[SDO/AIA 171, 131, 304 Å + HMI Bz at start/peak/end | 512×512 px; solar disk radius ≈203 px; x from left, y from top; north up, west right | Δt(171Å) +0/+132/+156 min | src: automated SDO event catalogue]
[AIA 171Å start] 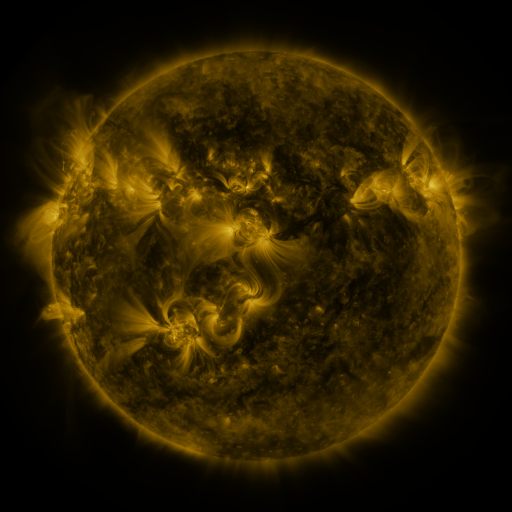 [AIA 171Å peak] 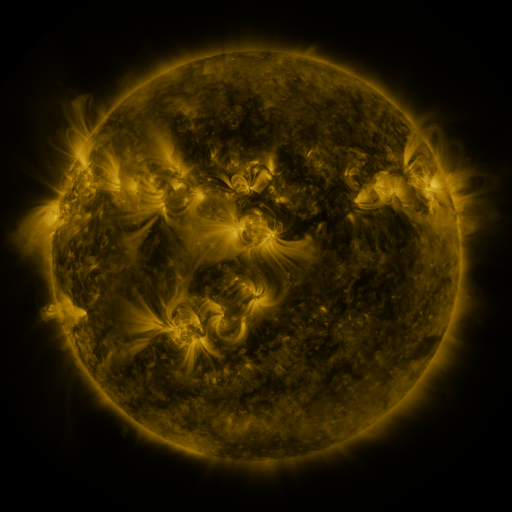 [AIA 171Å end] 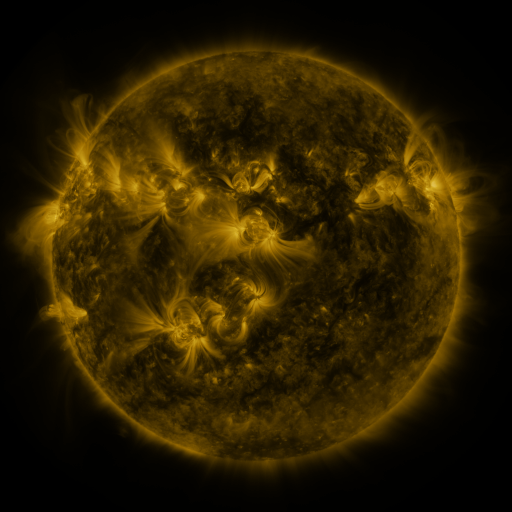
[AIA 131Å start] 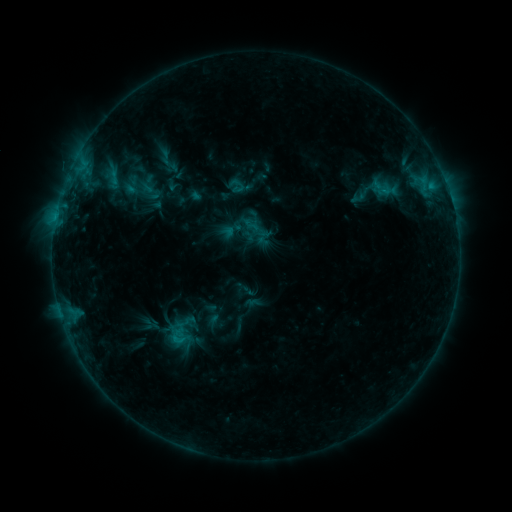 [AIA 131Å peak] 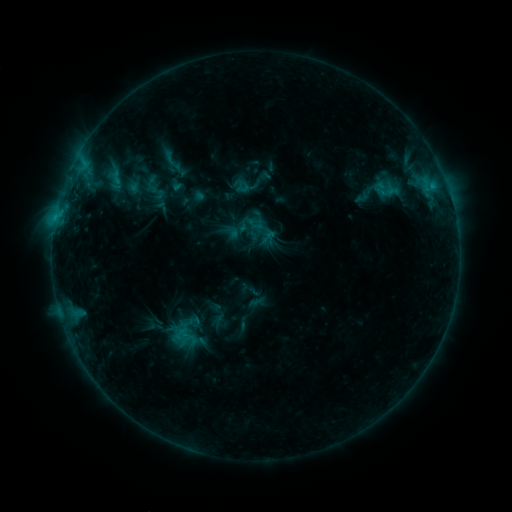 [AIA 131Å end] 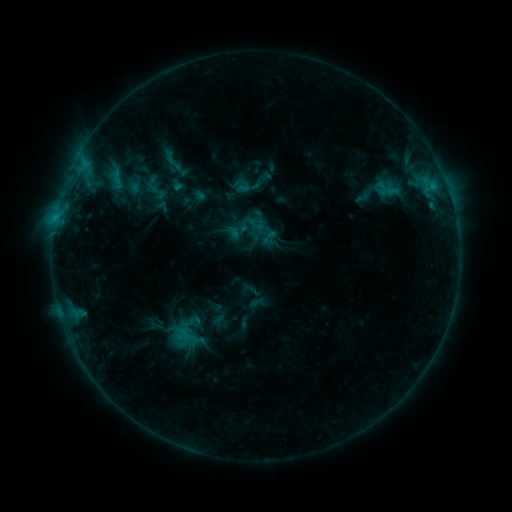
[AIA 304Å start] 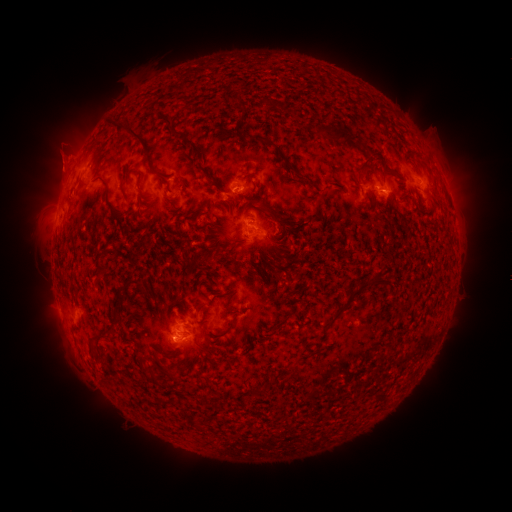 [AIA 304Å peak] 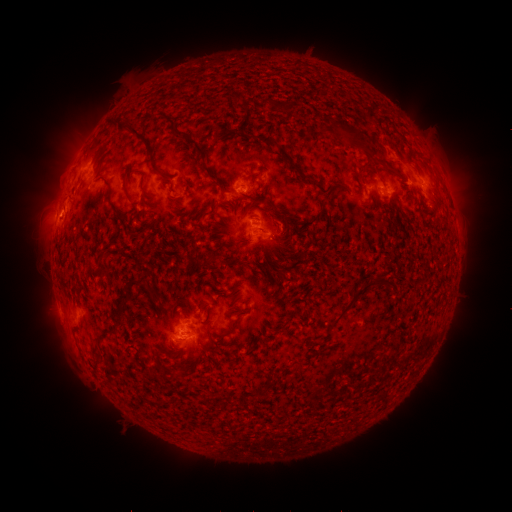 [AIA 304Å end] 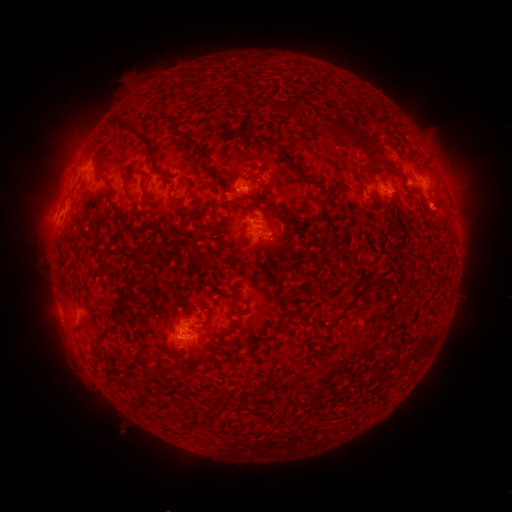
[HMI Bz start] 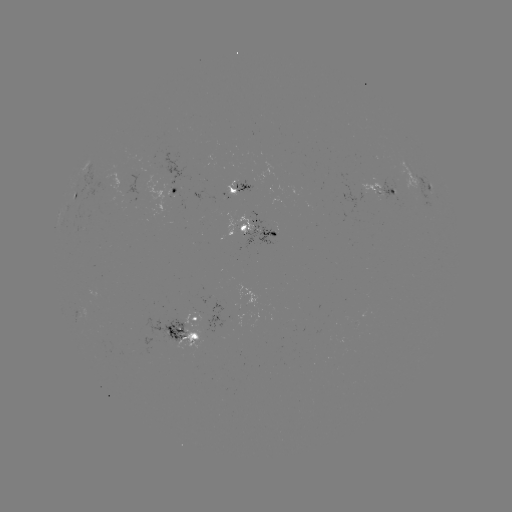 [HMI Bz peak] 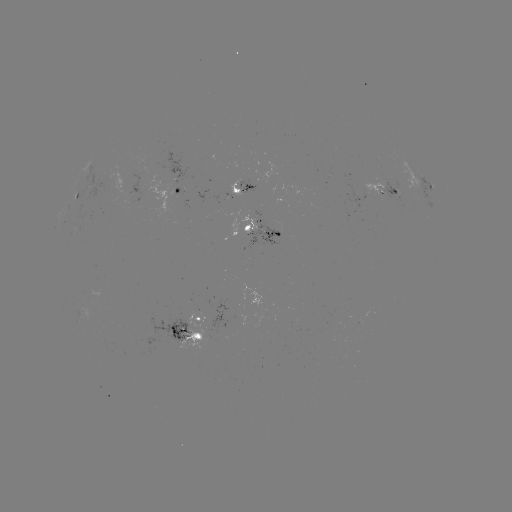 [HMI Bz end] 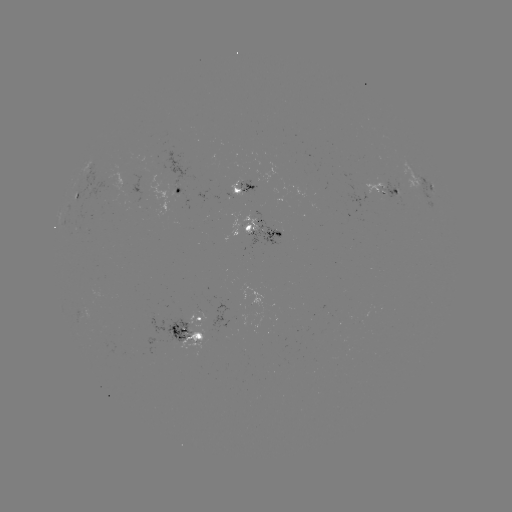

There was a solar emerging-flux region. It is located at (204, 335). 